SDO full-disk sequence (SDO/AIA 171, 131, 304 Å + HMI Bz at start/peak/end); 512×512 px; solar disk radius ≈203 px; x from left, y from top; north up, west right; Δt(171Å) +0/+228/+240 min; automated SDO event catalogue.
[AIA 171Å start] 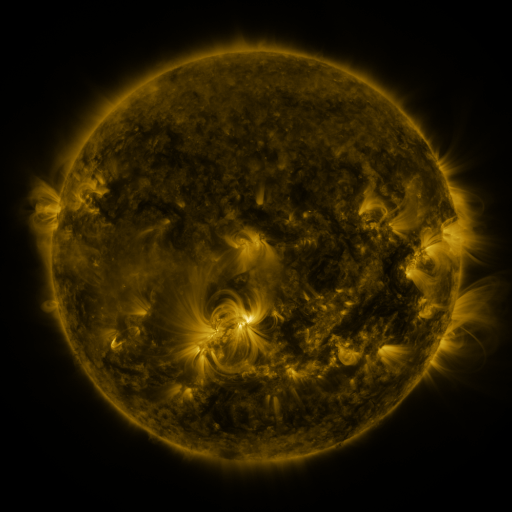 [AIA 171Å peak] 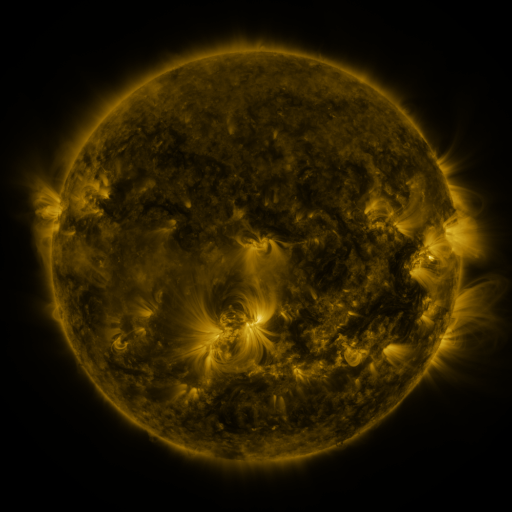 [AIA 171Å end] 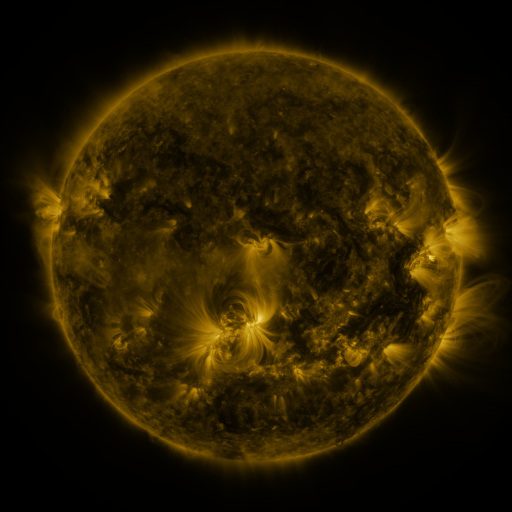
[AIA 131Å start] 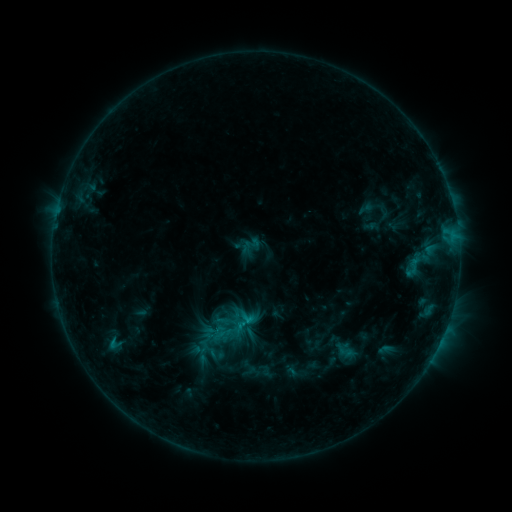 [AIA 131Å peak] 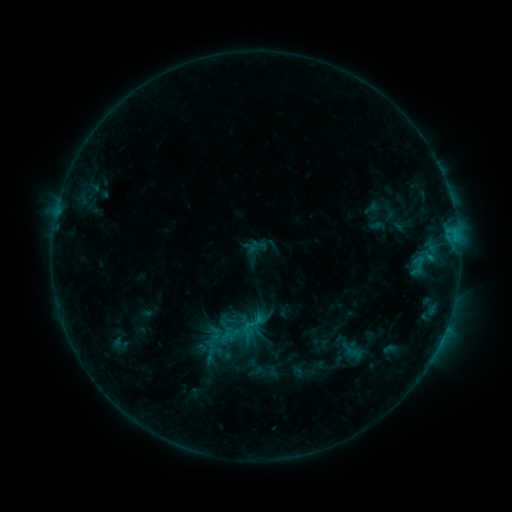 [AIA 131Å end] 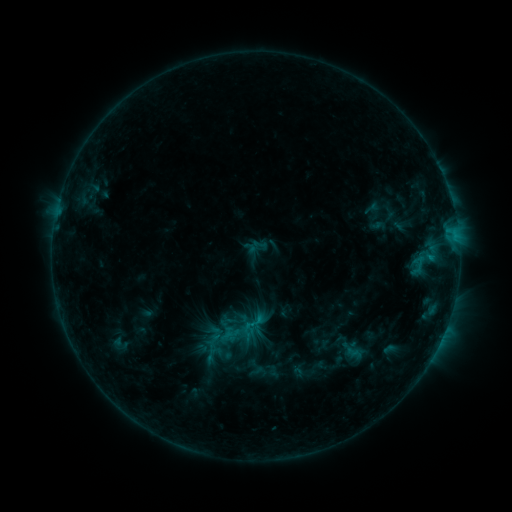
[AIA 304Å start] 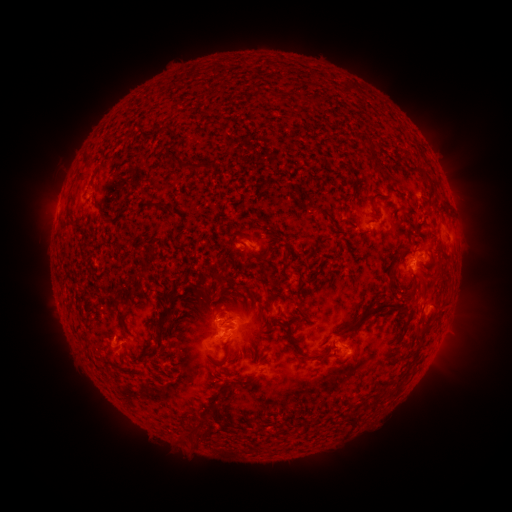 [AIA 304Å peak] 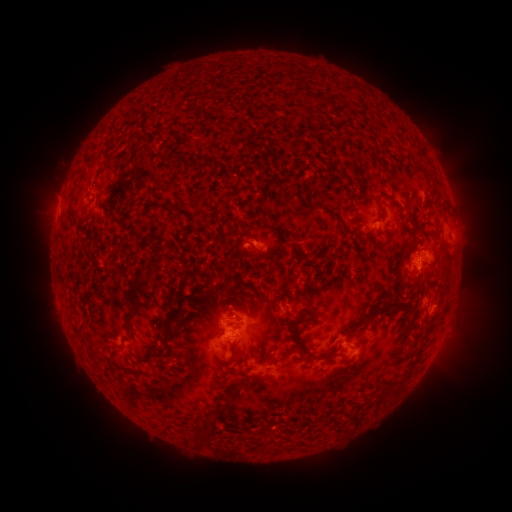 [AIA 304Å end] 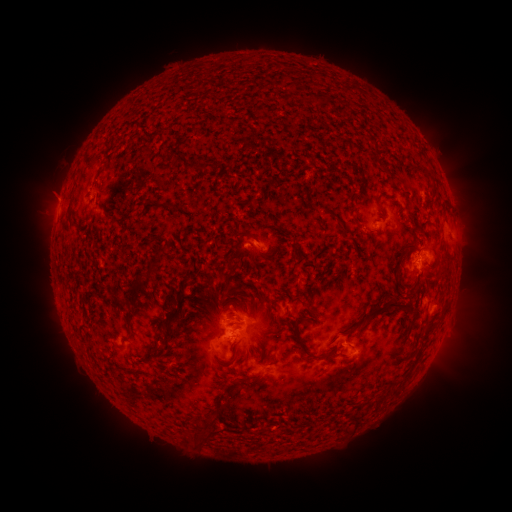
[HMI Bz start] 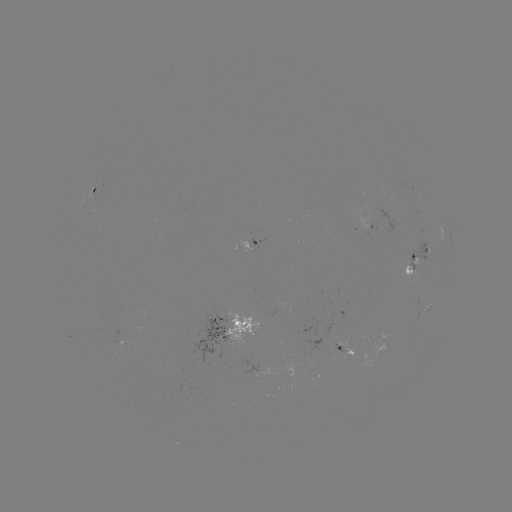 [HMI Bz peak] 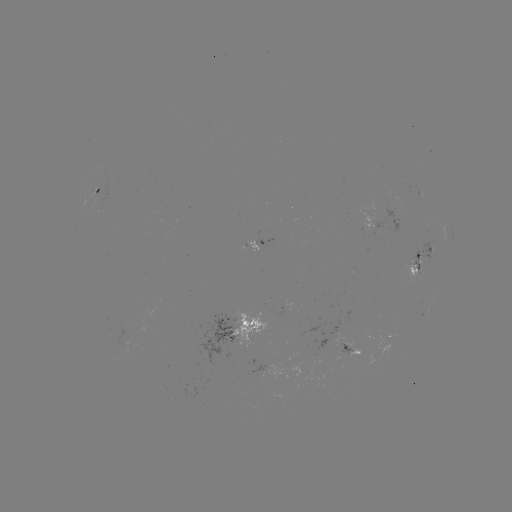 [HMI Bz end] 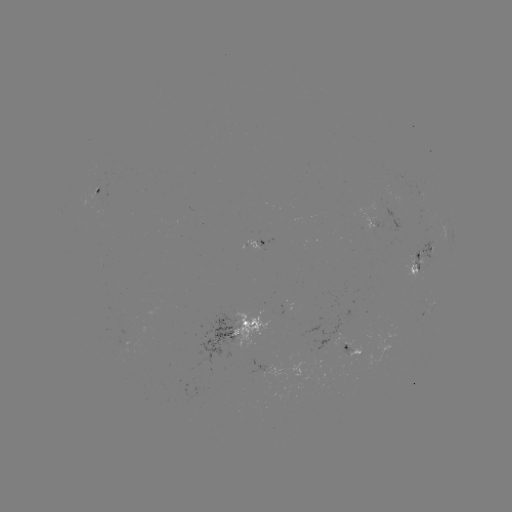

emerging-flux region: [347, 346, 360, 358]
